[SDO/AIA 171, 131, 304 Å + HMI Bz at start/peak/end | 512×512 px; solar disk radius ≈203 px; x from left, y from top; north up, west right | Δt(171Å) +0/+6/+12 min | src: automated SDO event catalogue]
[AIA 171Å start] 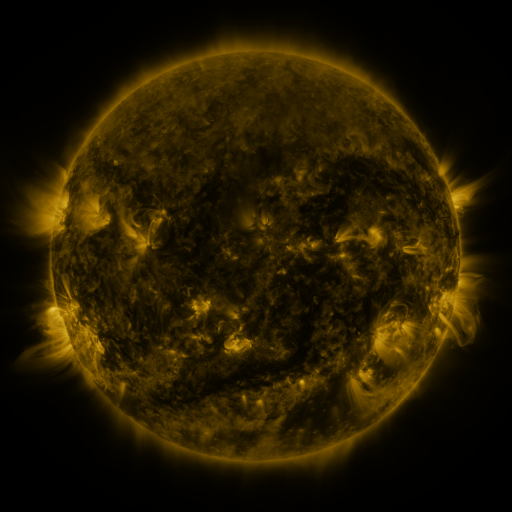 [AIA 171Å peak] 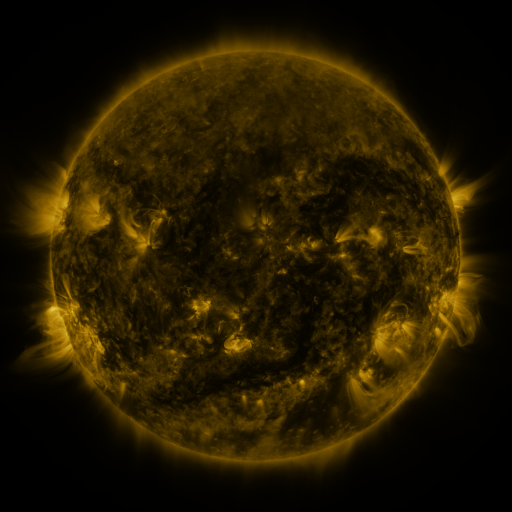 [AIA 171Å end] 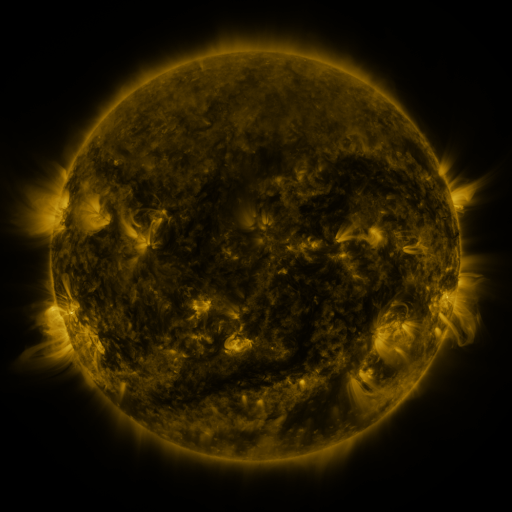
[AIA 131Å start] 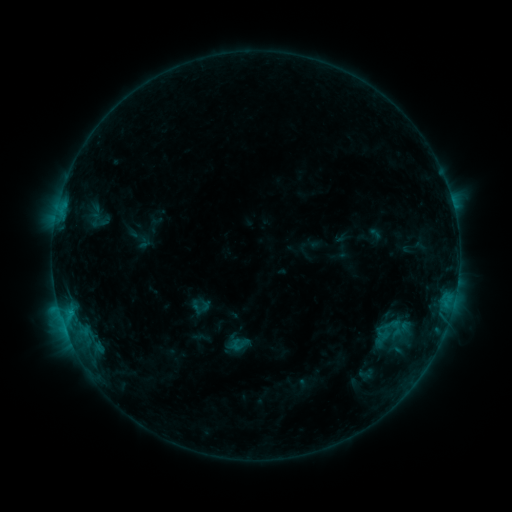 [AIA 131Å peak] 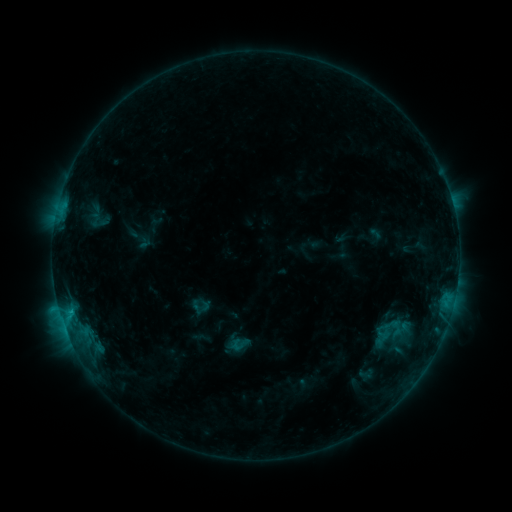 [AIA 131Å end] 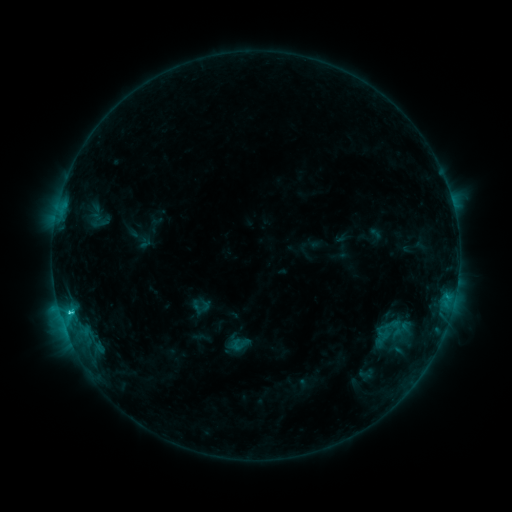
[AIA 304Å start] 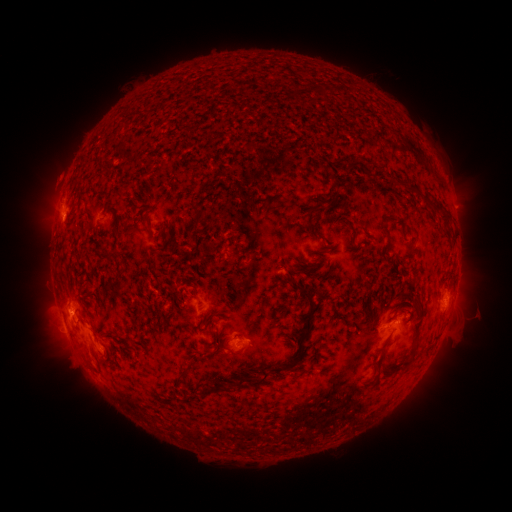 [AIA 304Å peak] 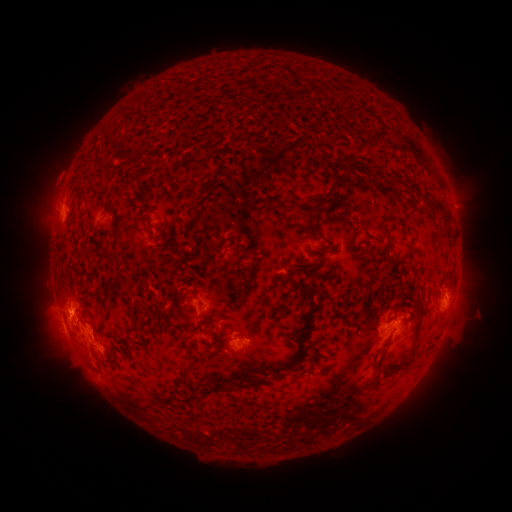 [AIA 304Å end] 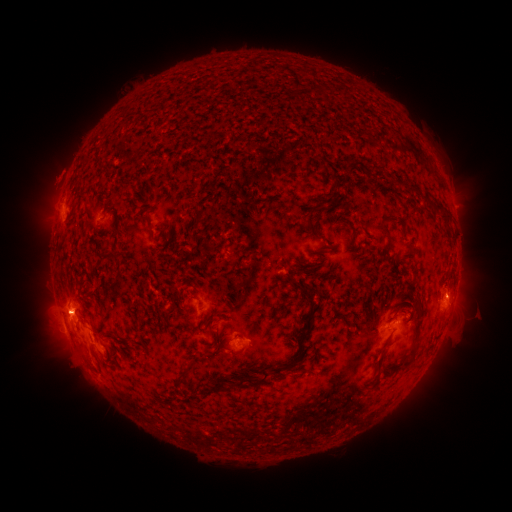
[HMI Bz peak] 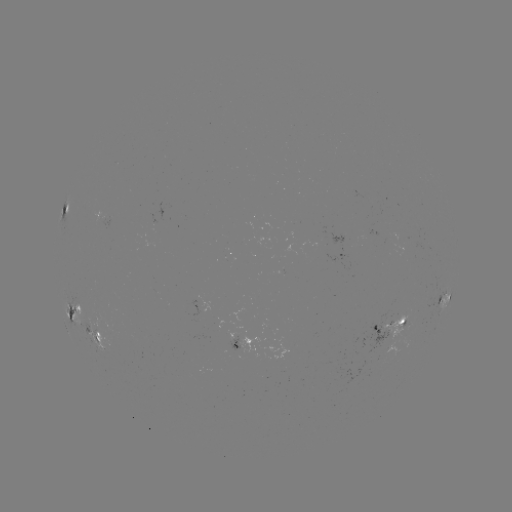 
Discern C3.2 flare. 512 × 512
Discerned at [72, 310].